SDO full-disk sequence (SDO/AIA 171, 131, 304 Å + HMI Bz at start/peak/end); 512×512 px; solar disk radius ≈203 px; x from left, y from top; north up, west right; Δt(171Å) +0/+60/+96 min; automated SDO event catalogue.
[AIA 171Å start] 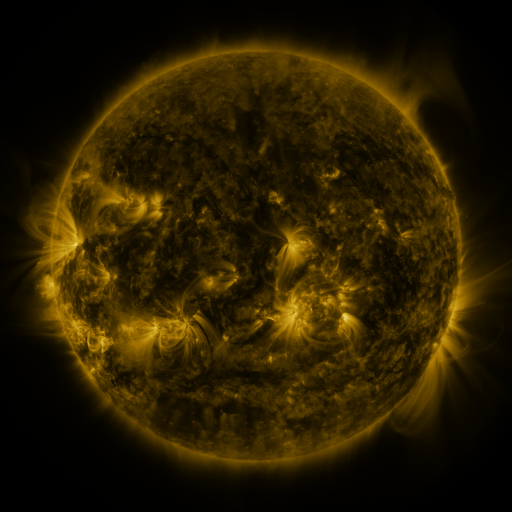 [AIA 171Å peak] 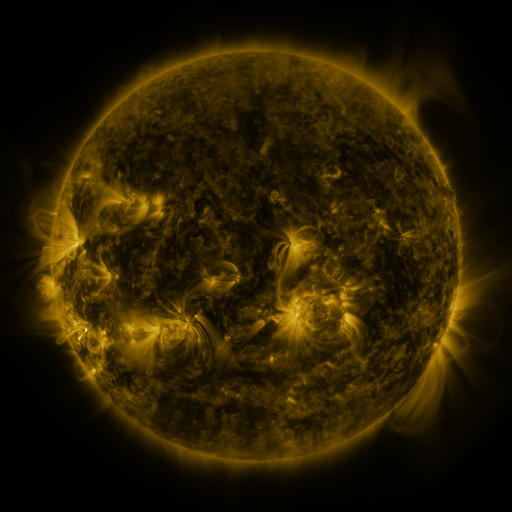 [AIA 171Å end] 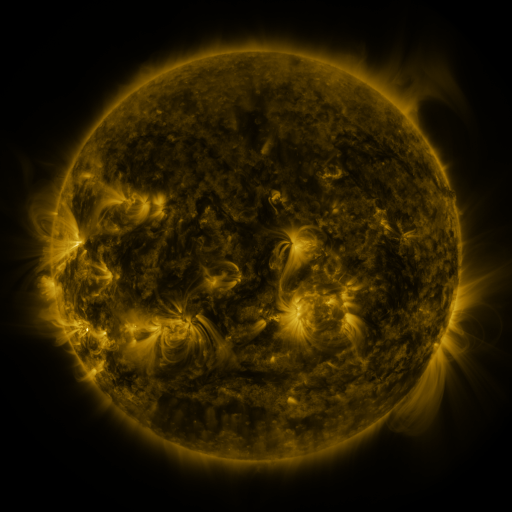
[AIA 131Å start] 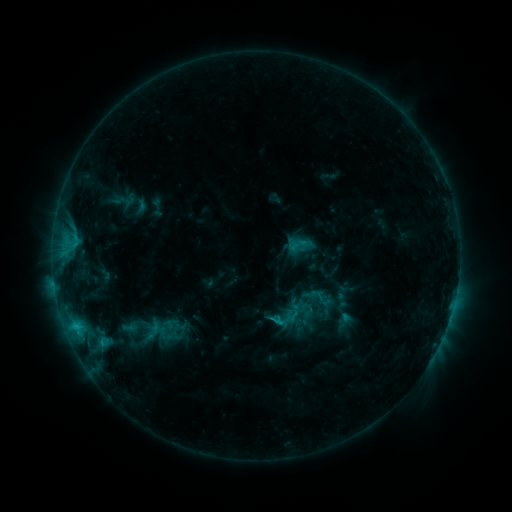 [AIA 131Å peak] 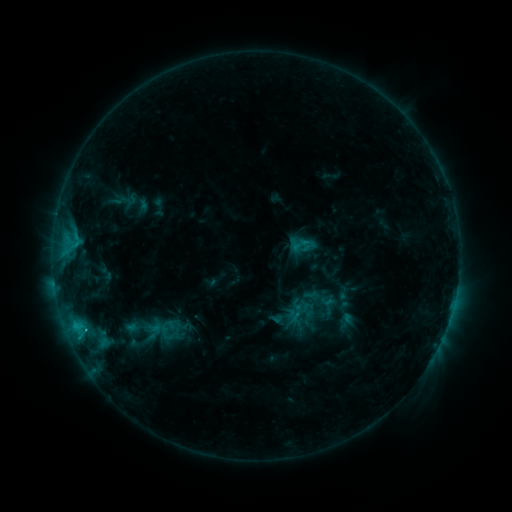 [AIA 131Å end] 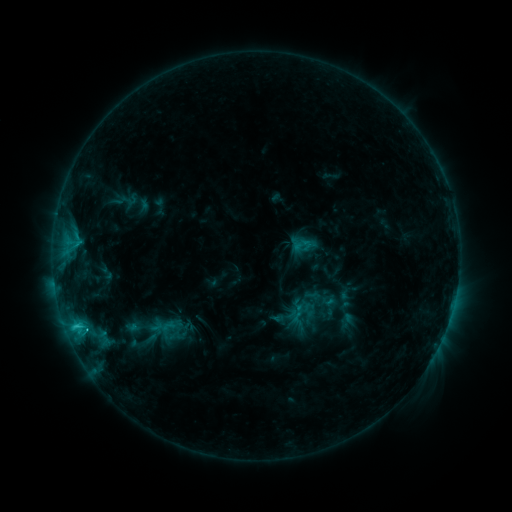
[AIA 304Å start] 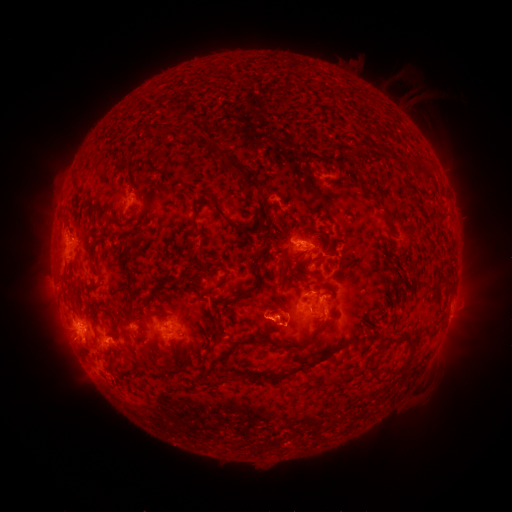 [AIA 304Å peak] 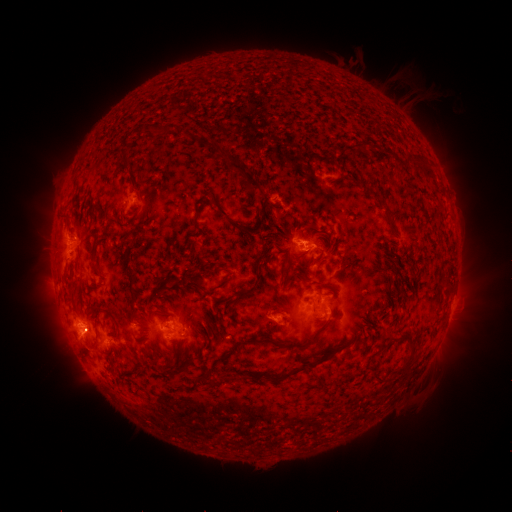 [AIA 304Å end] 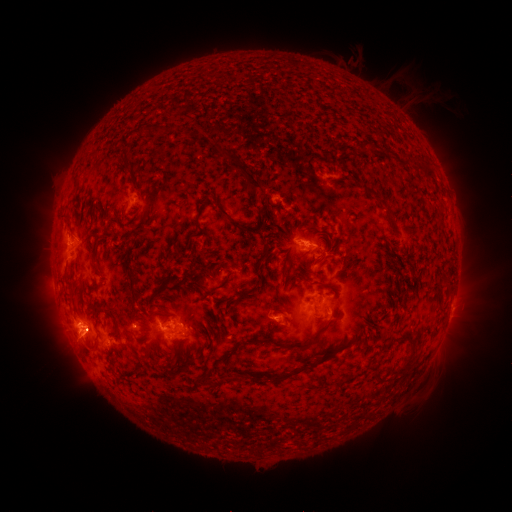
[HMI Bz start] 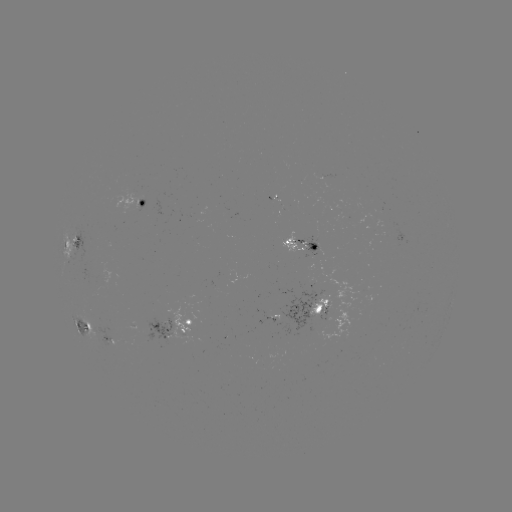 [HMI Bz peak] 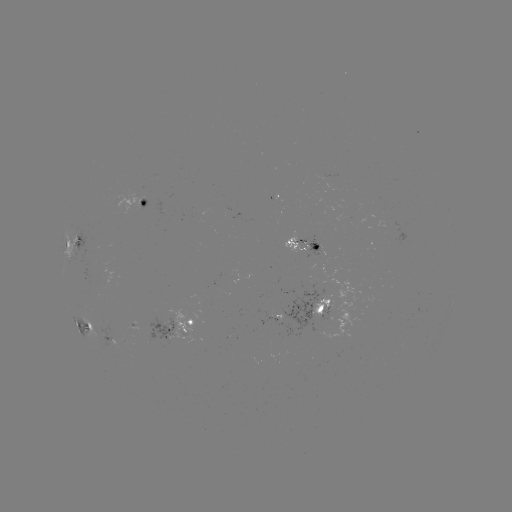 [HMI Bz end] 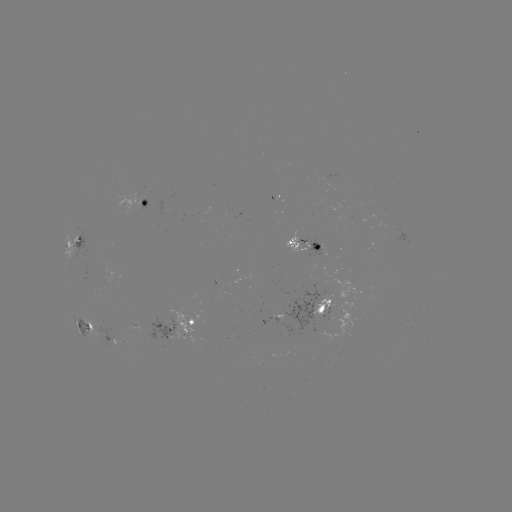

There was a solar emerging-flux region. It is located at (279, 319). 